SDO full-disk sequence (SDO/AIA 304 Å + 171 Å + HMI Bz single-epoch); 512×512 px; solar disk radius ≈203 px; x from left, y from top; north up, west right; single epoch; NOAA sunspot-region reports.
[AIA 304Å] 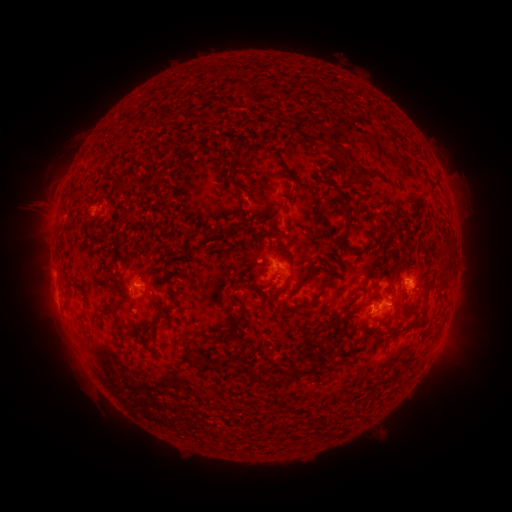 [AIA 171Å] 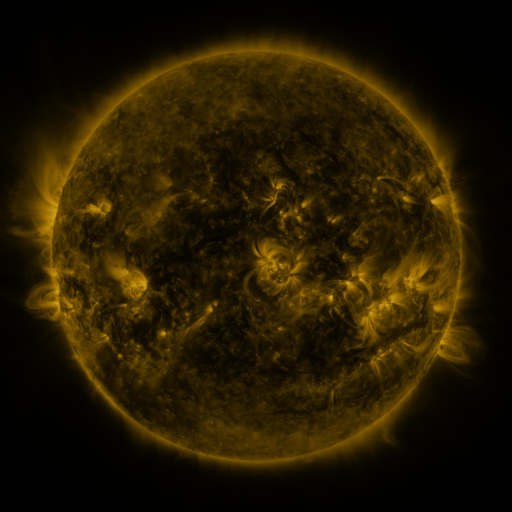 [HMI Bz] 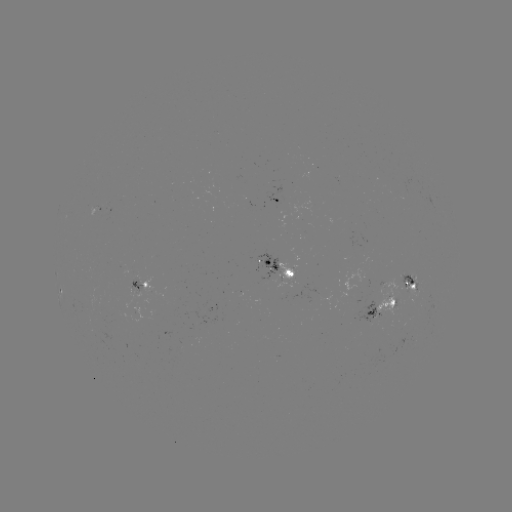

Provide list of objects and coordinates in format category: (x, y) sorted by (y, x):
spotted active region: (273, 200)
spotted active region: (102, 211)
spotted active region: (280, 267)
spotted active region: (410, 279)
spotted active region: (141, 283)
spotted active region: (383, 305)
